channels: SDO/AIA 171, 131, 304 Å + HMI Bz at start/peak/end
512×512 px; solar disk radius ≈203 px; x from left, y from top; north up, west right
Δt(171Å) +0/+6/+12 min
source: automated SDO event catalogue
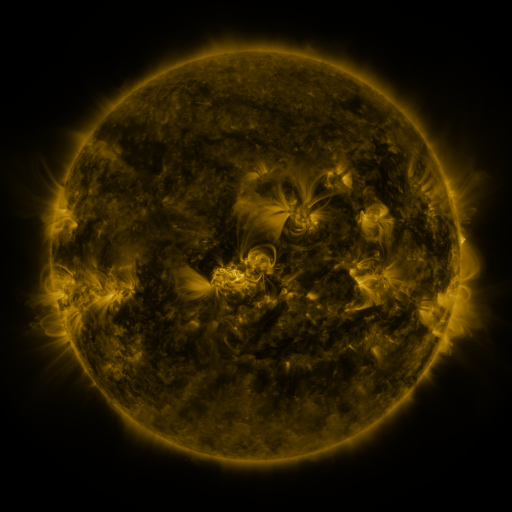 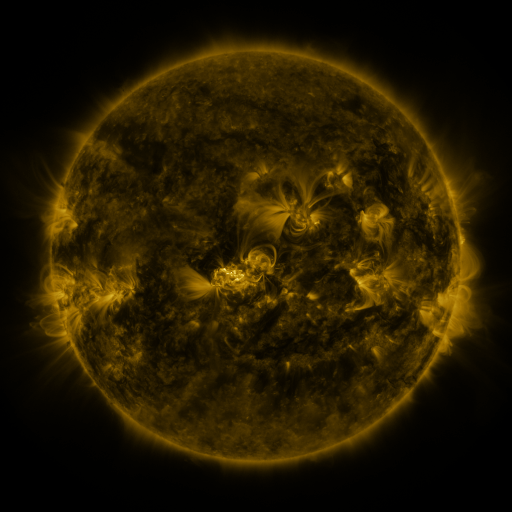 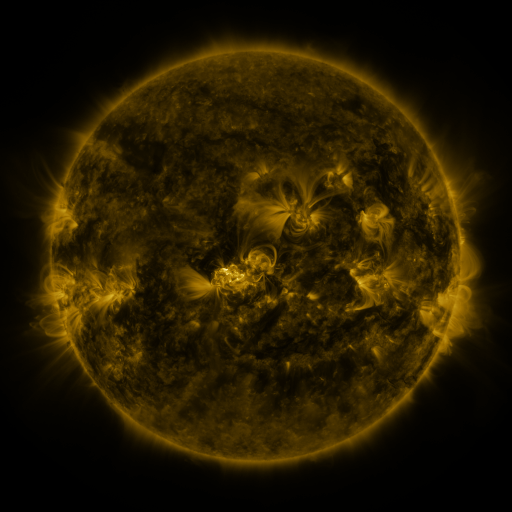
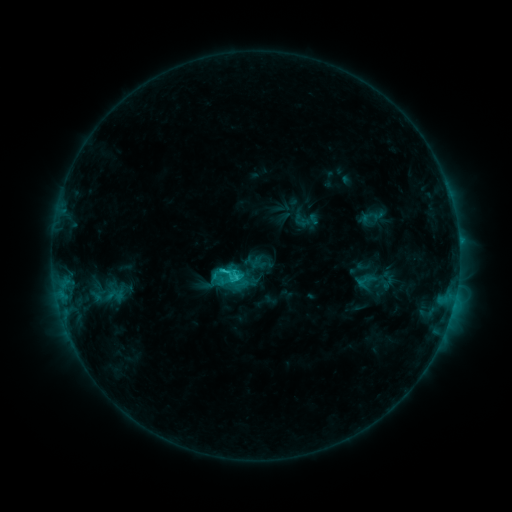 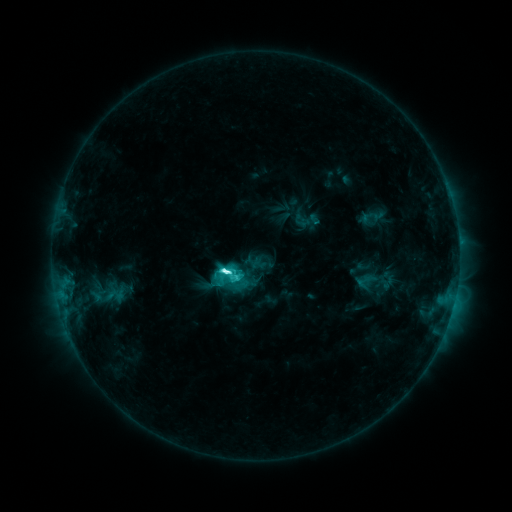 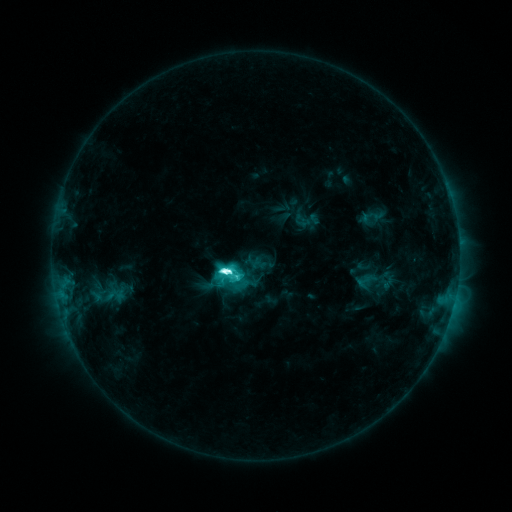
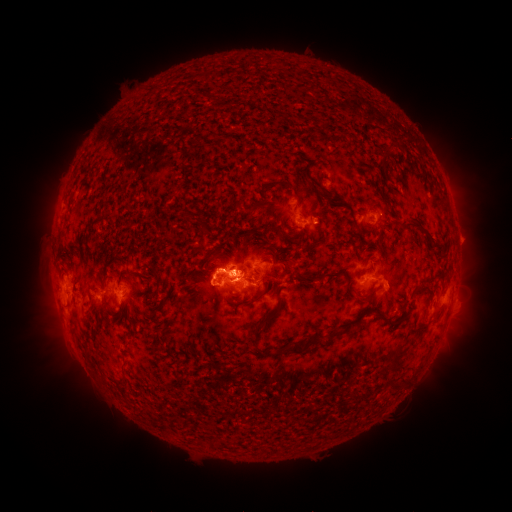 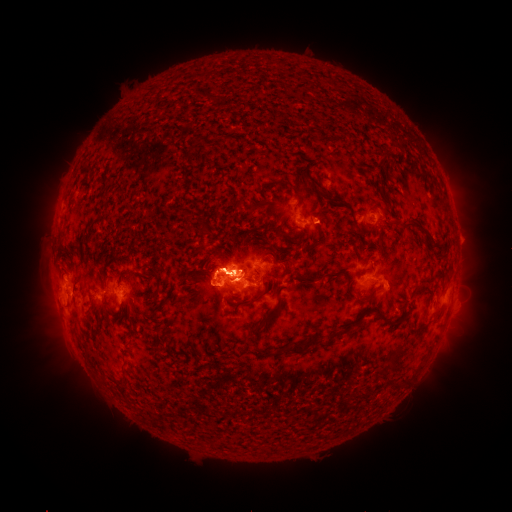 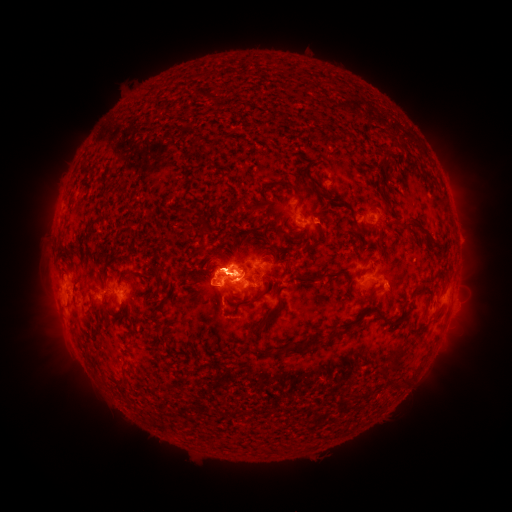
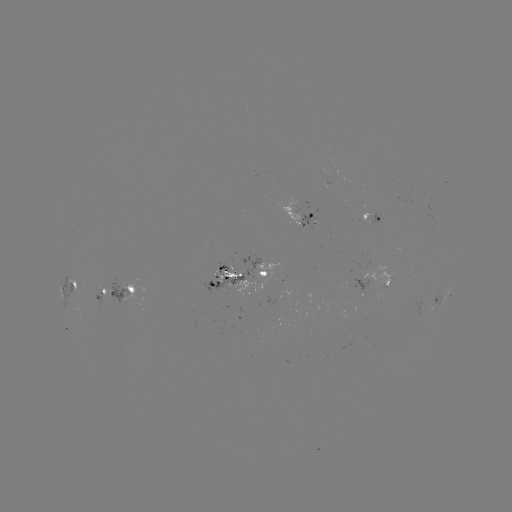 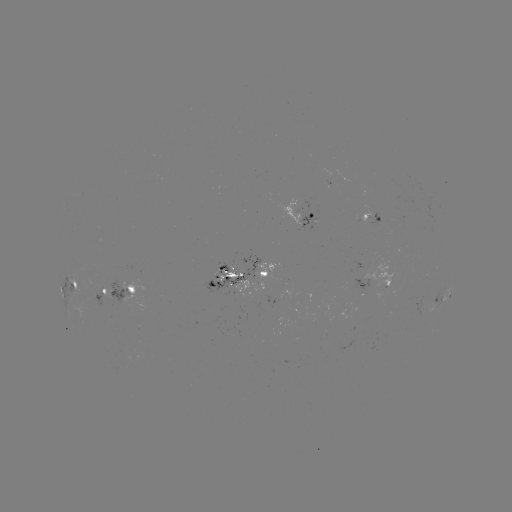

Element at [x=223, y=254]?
eruption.